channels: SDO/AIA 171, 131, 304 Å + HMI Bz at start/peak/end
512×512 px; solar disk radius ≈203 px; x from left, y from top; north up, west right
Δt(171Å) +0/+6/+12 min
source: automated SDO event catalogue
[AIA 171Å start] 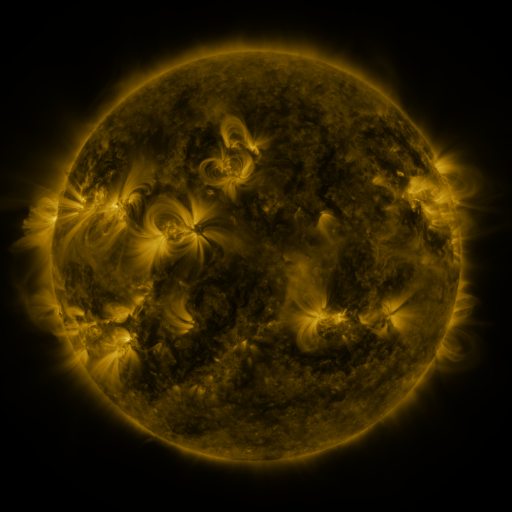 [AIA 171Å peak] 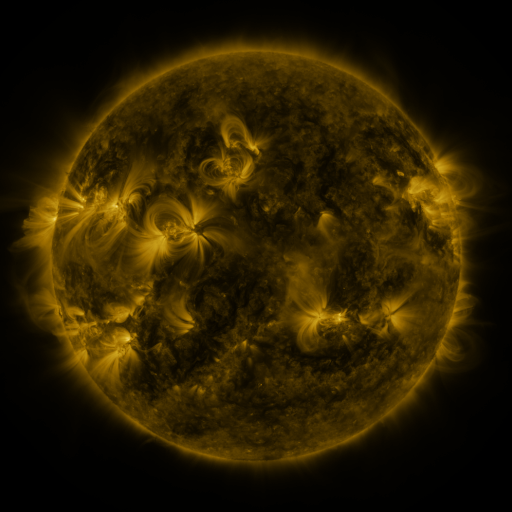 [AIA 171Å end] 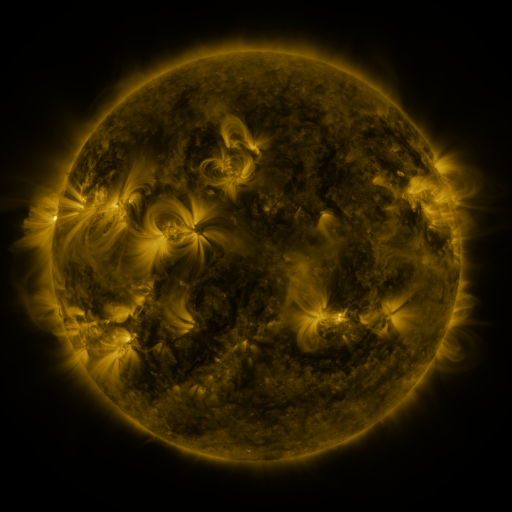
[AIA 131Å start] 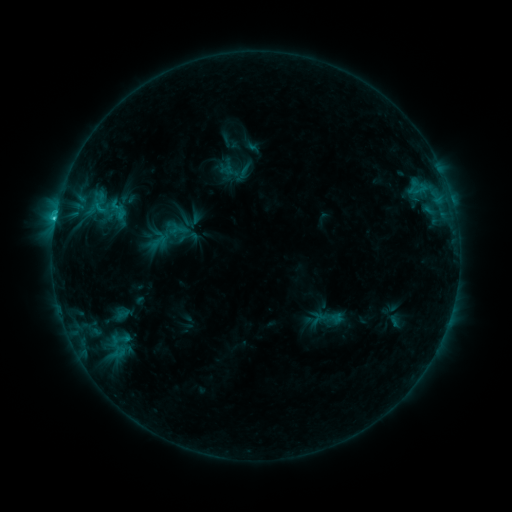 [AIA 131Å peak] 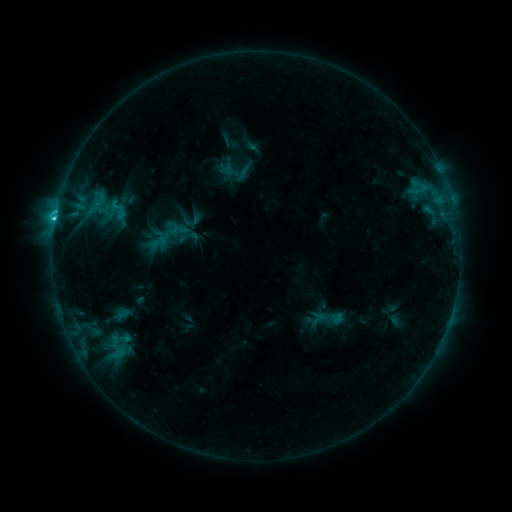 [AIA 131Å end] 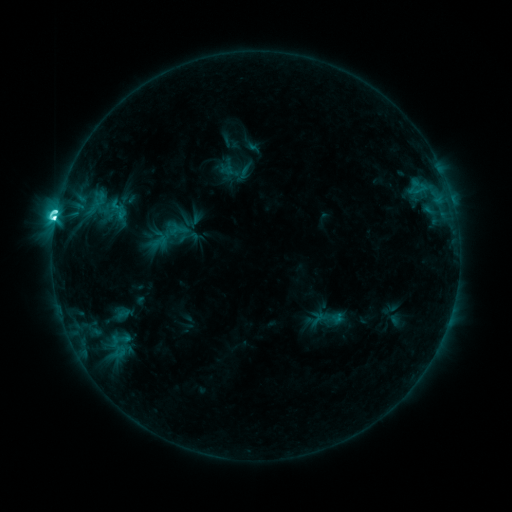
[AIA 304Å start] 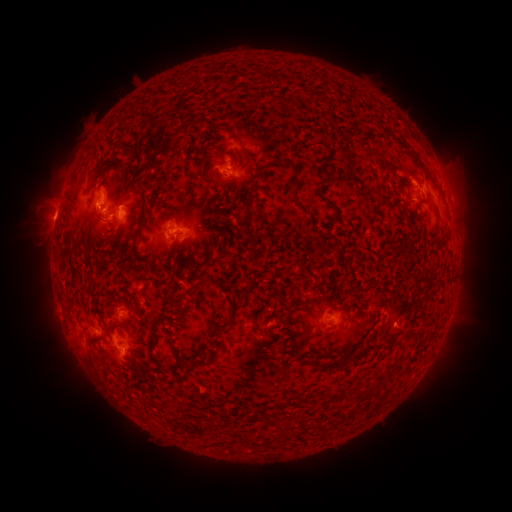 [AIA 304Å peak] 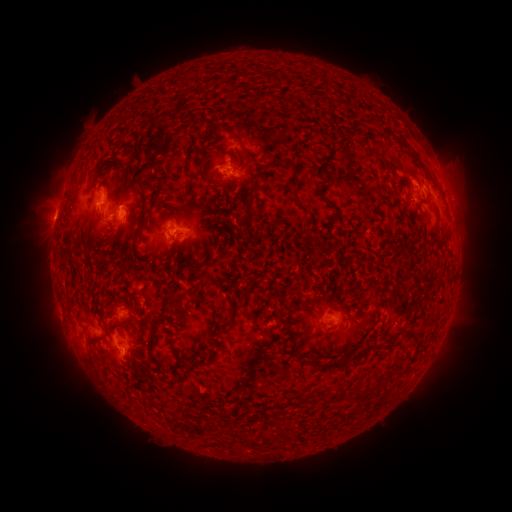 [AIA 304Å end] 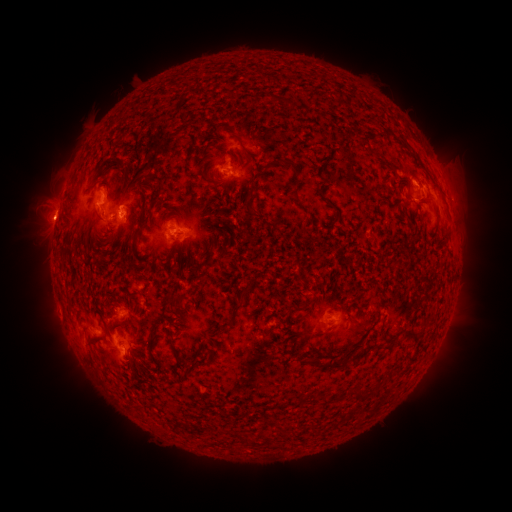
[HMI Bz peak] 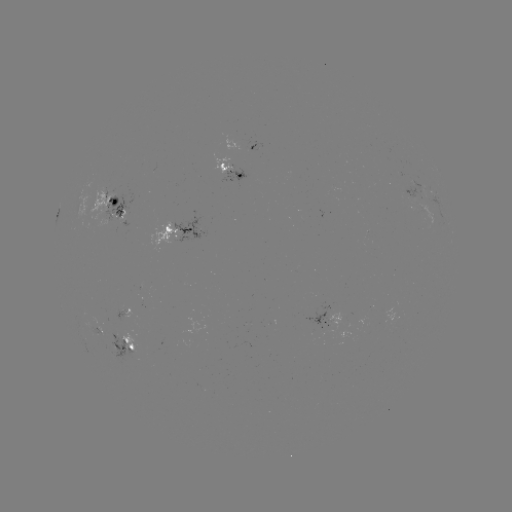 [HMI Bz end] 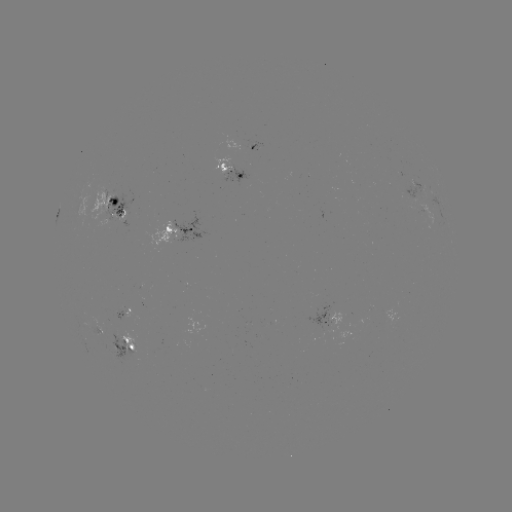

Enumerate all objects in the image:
M1.3 flare: (55, 220)
